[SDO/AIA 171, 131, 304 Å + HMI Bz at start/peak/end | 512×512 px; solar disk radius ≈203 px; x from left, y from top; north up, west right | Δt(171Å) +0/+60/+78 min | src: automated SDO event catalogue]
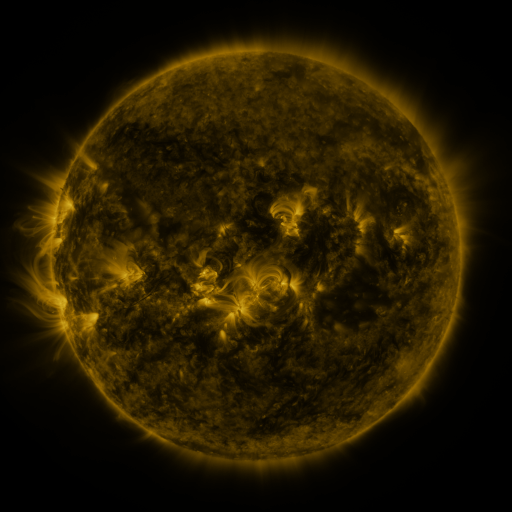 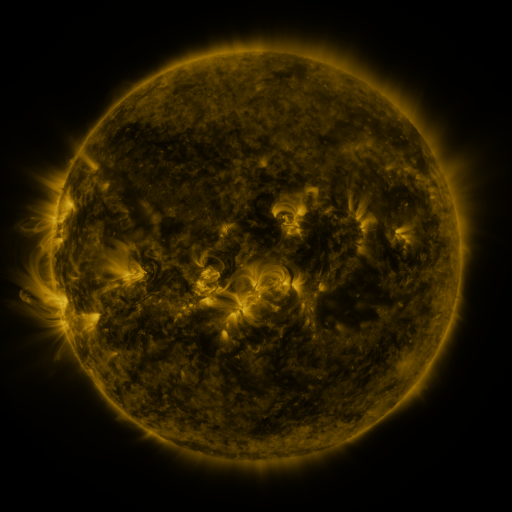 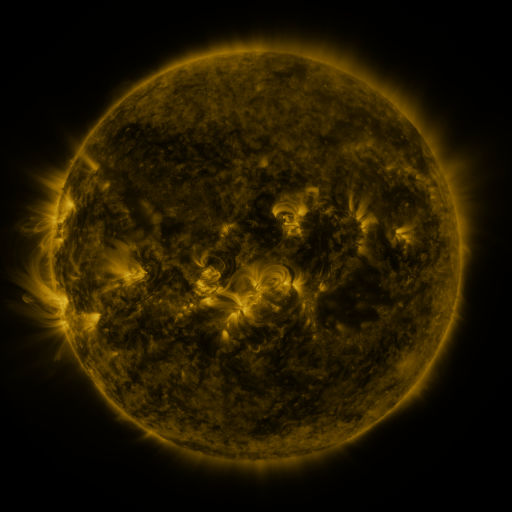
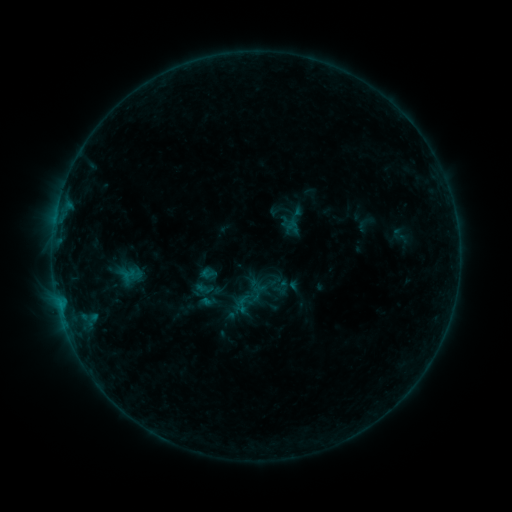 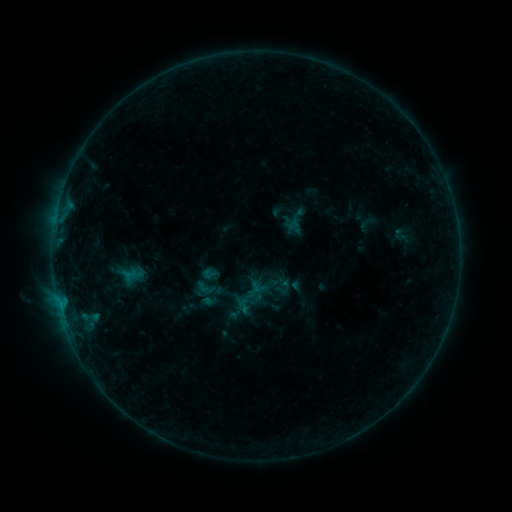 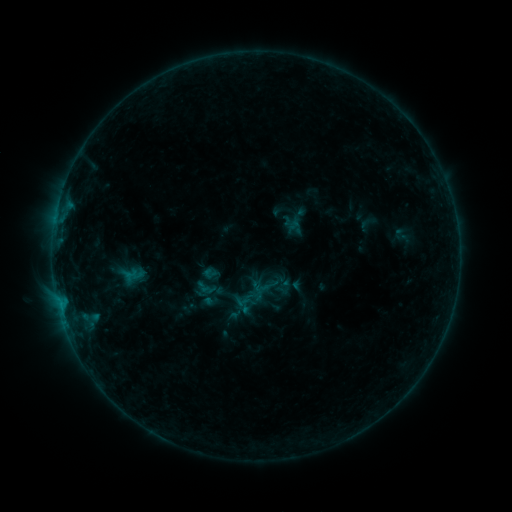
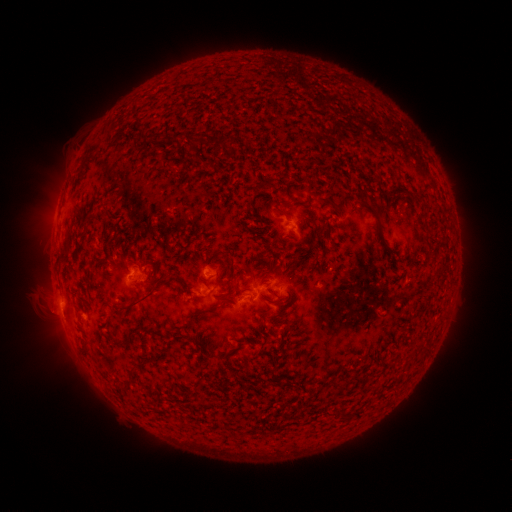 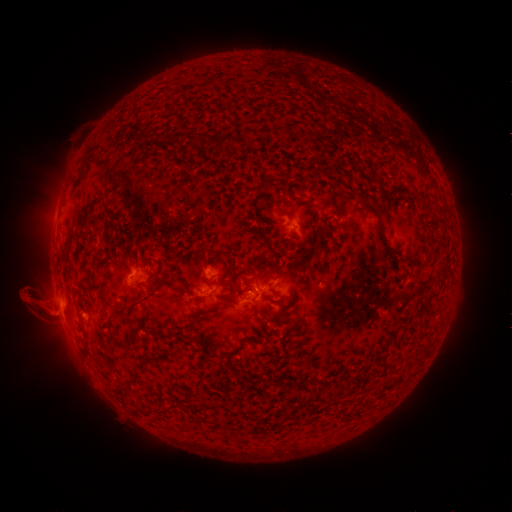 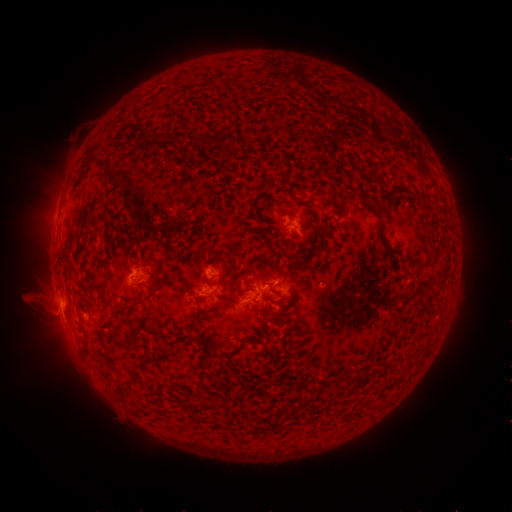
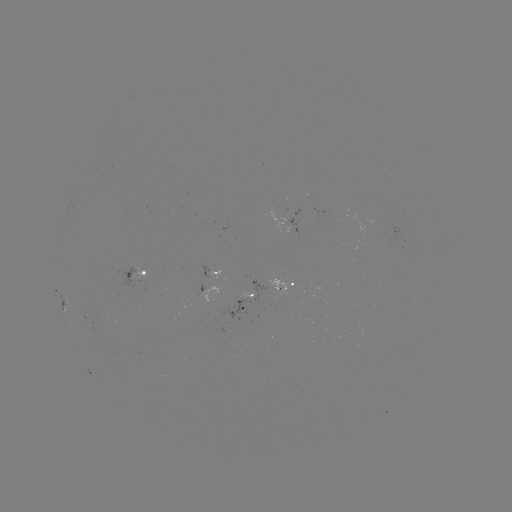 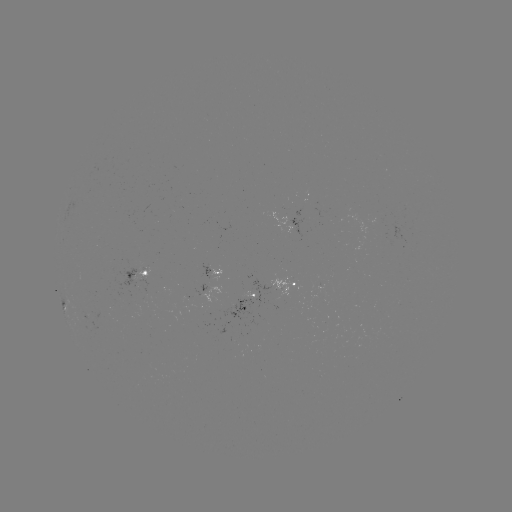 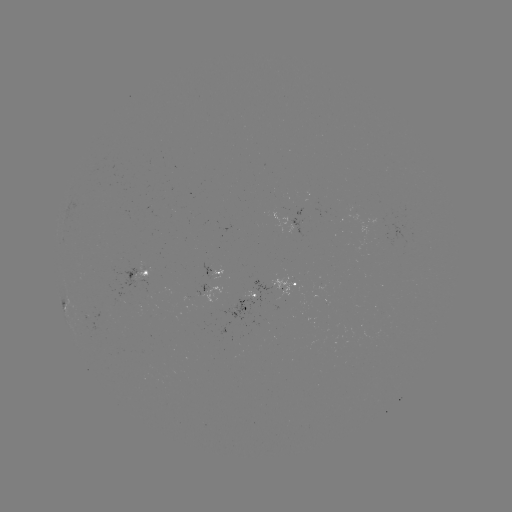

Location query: B3.6 flare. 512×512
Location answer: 256,290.